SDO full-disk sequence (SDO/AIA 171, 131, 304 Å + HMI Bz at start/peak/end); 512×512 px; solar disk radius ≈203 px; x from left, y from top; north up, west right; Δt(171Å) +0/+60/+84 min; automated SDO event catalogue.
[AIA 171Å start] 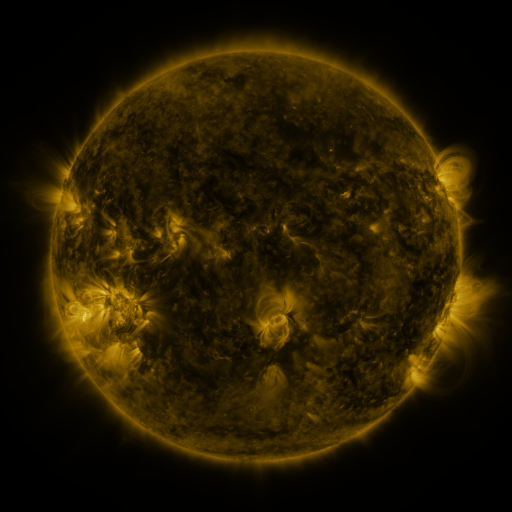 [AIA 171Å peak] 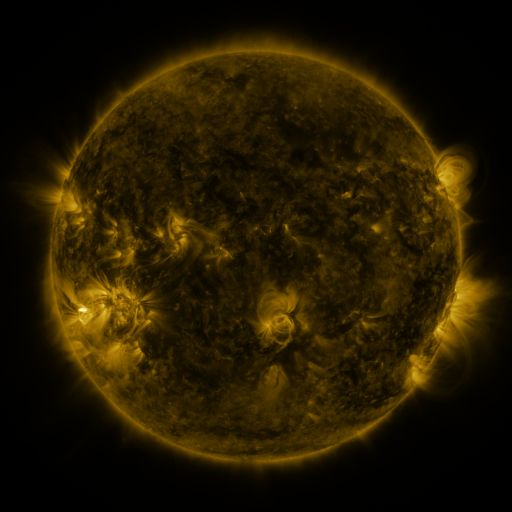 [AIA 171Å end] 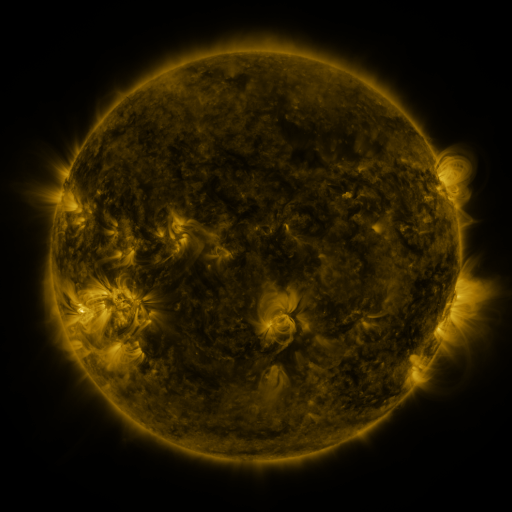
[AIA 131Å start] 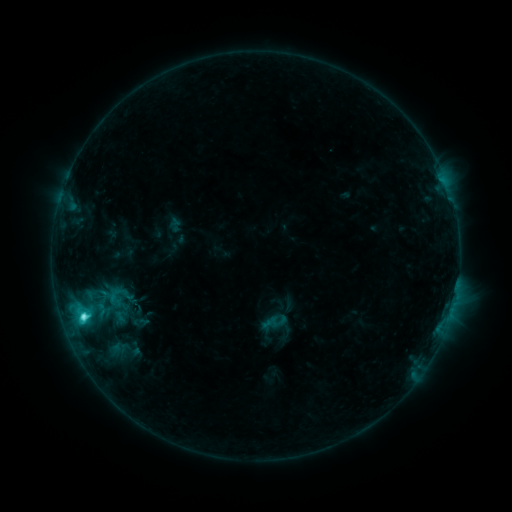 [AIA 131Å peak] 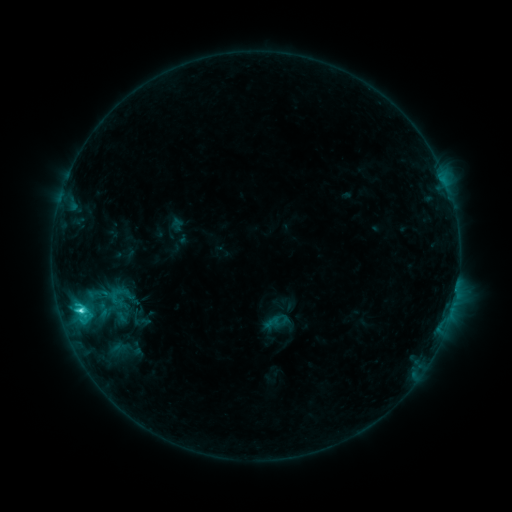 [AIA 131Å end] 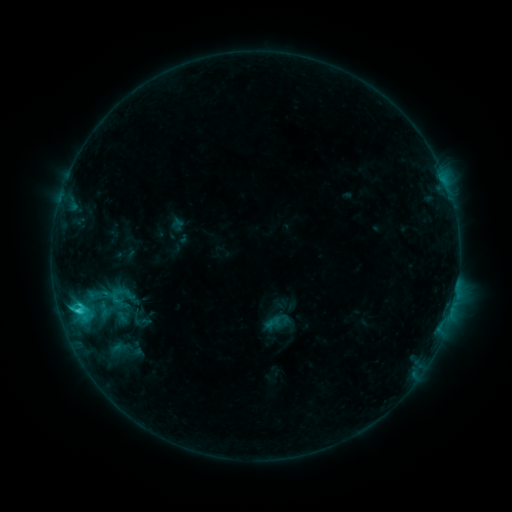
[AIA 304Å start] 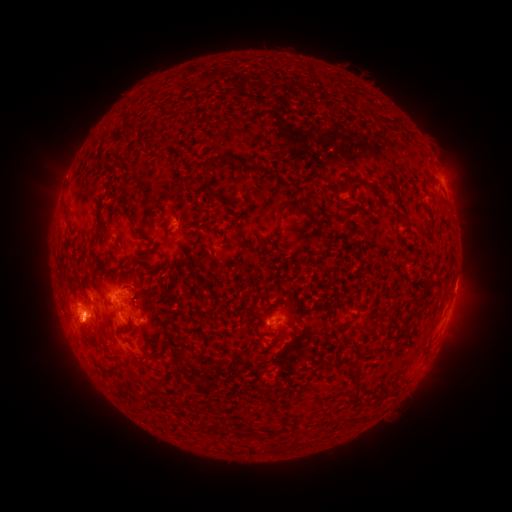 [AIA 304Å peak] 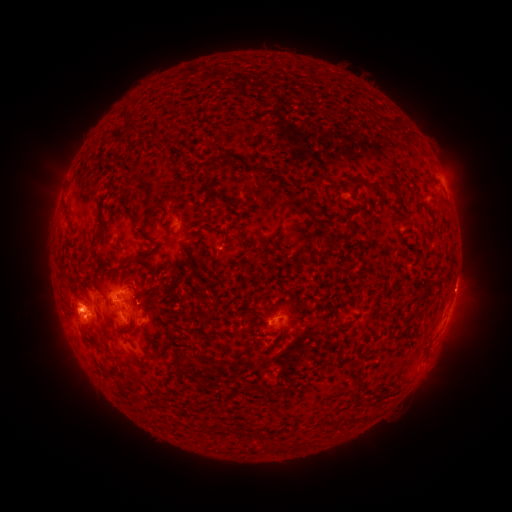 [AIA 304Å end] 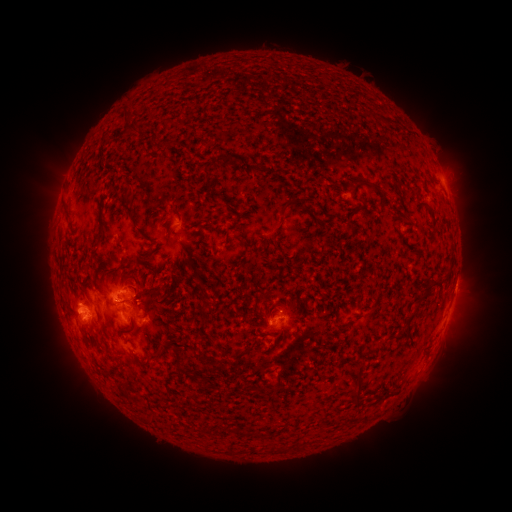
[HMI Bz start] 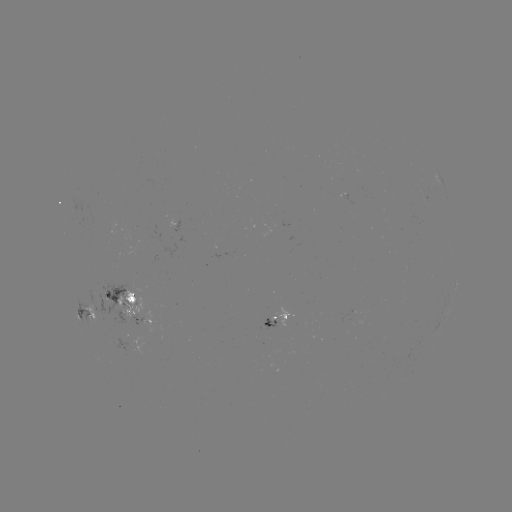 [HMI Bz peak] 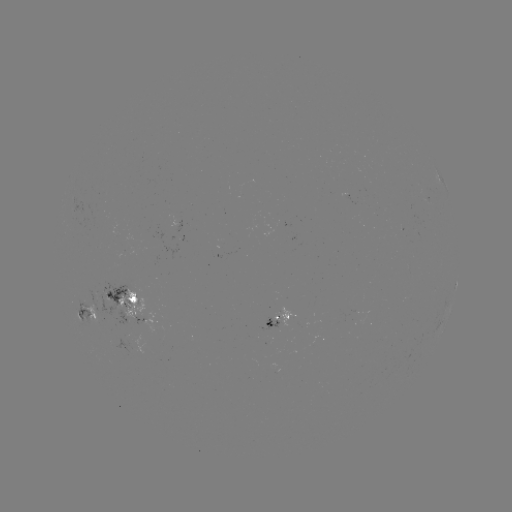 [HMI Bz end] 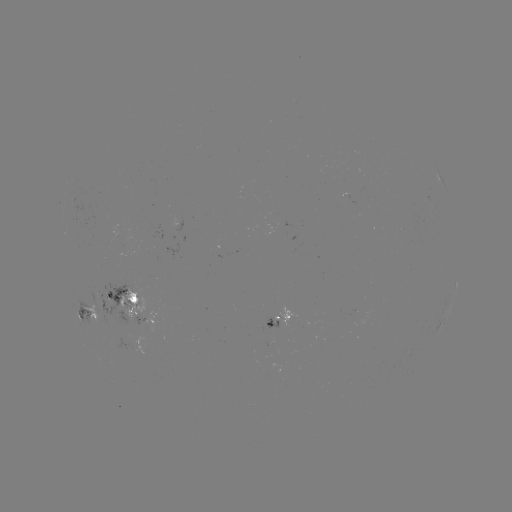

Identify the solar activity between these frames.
emerging-flux region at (134, 301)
